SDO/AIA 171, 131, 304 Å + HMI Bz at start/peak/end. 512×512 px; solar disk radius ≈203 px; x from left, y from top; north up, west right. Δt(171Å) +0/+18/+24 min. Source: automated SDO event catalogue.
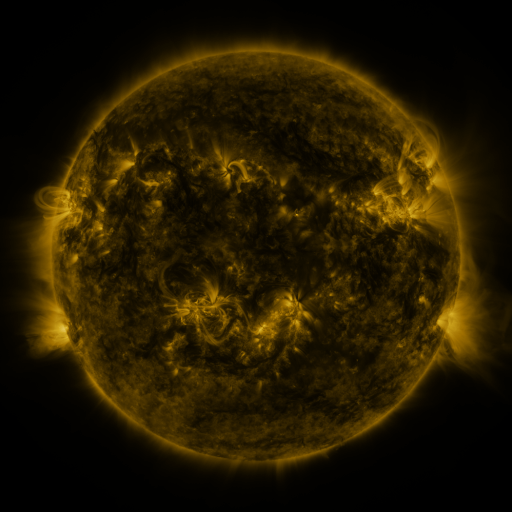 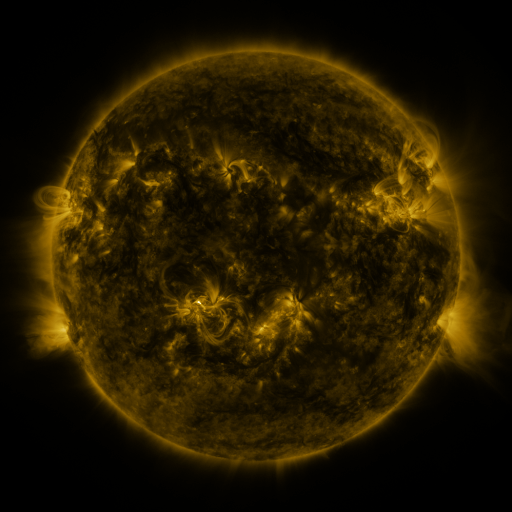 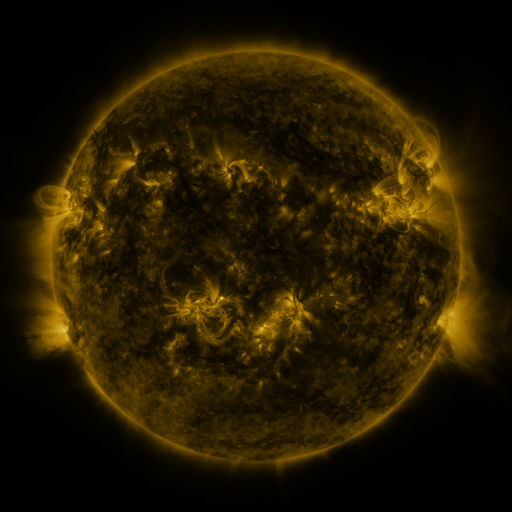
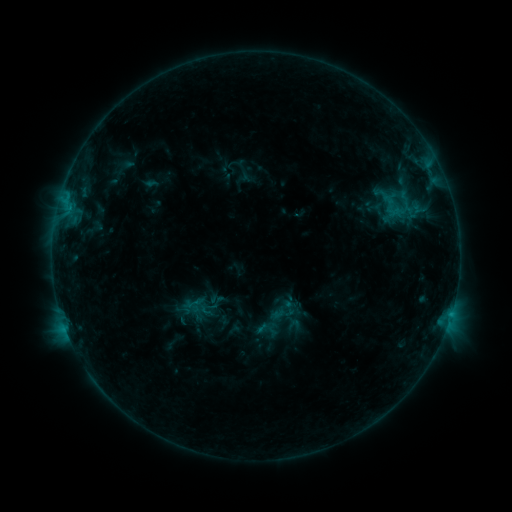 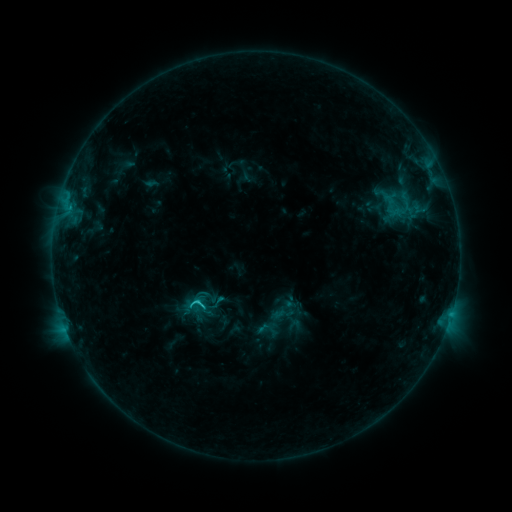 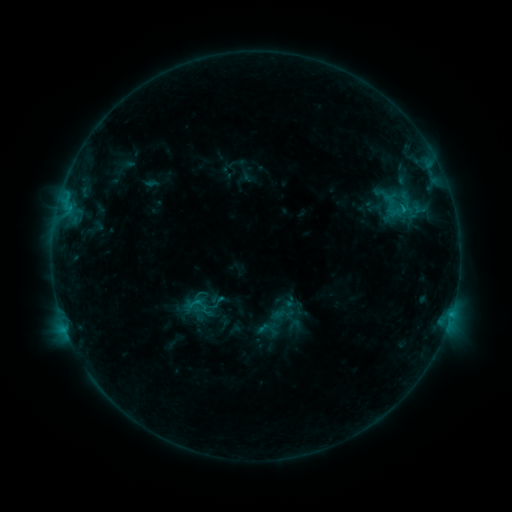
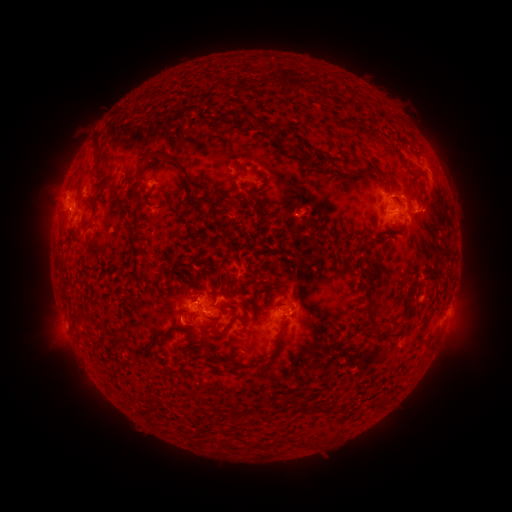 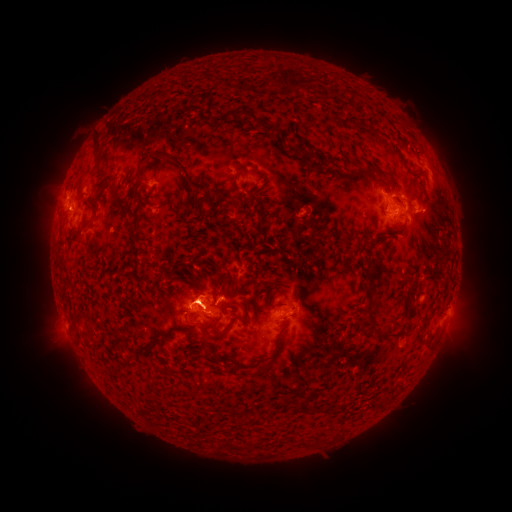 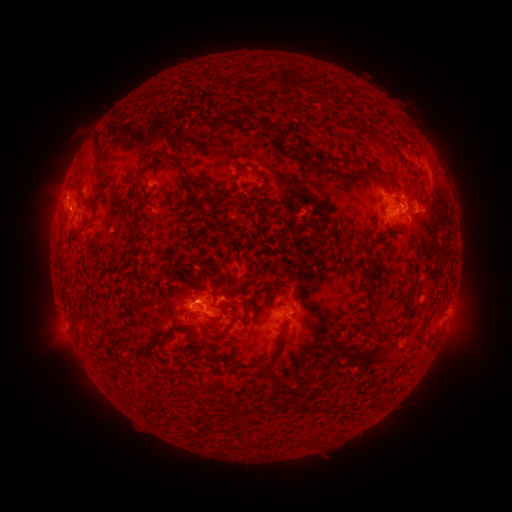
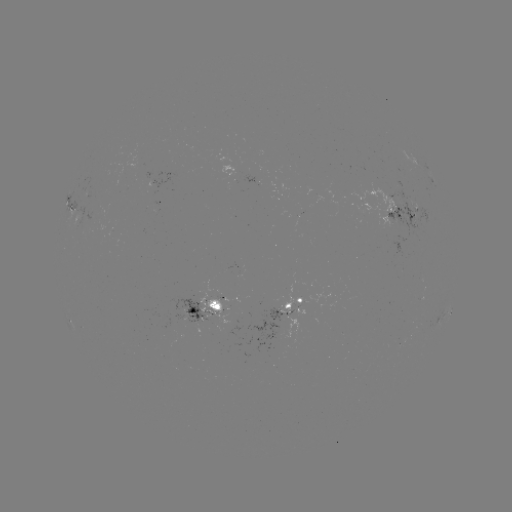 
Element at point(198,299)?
C2.0 flare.